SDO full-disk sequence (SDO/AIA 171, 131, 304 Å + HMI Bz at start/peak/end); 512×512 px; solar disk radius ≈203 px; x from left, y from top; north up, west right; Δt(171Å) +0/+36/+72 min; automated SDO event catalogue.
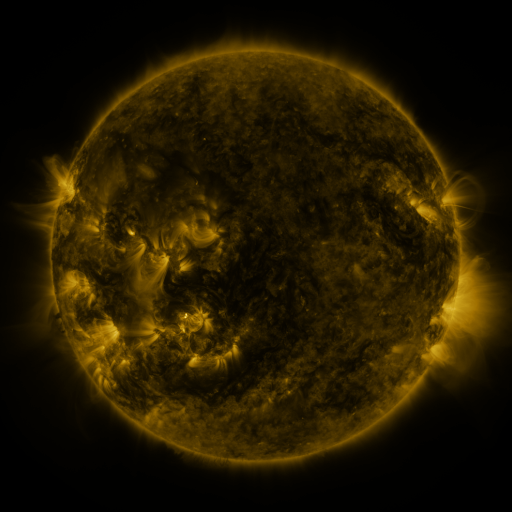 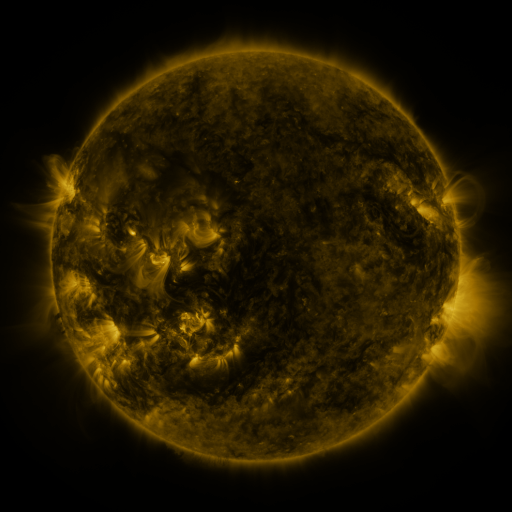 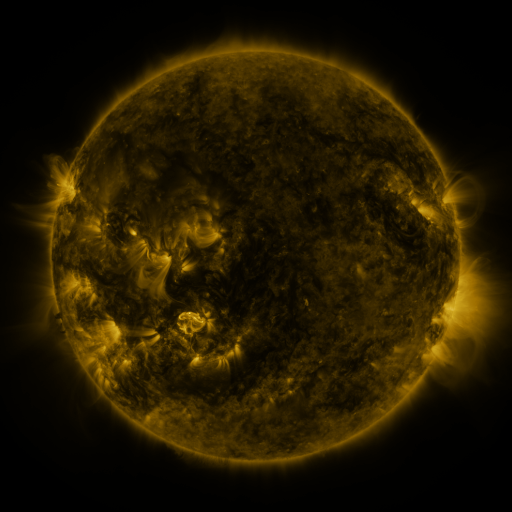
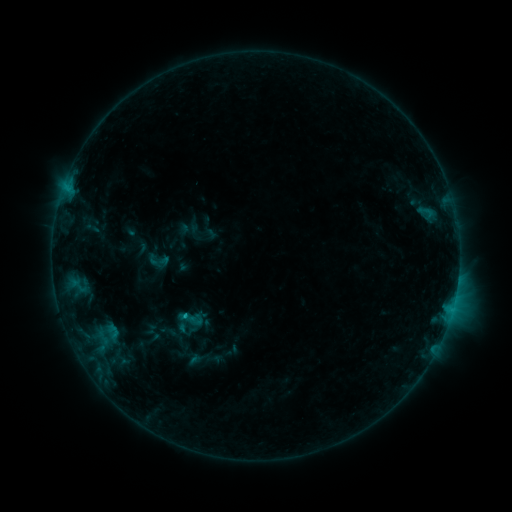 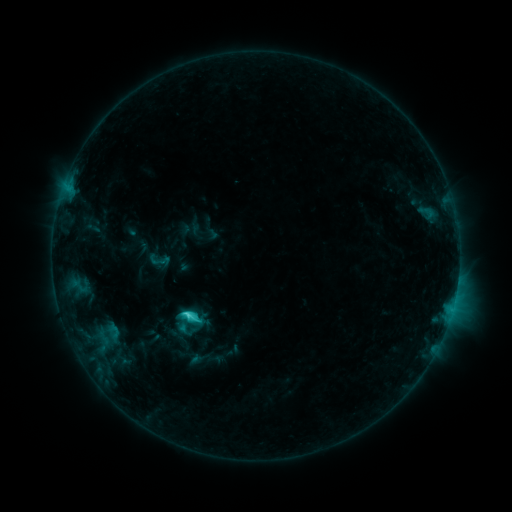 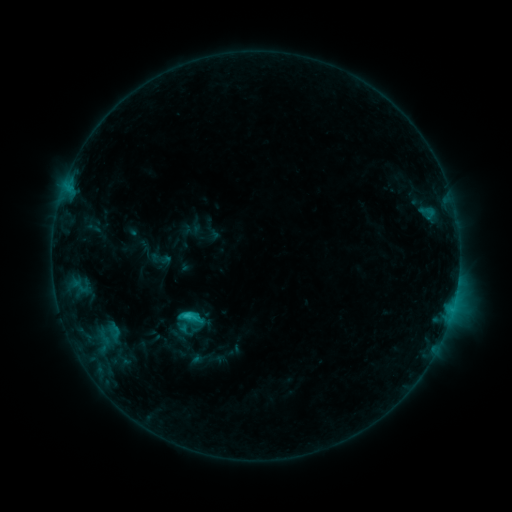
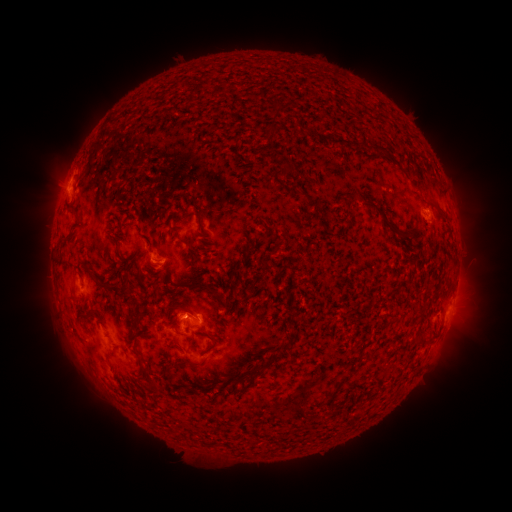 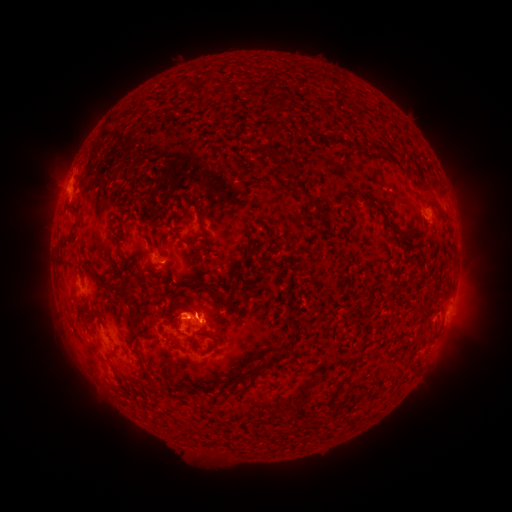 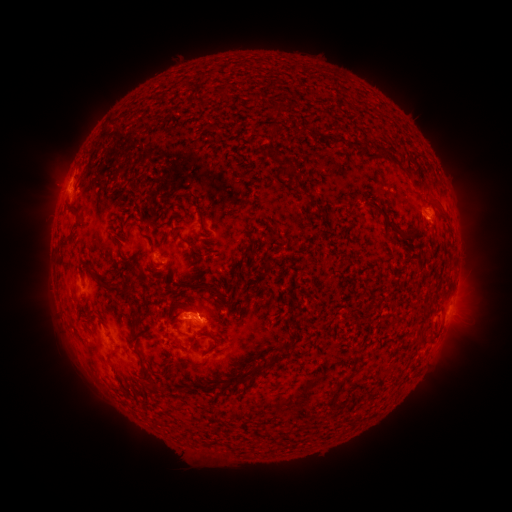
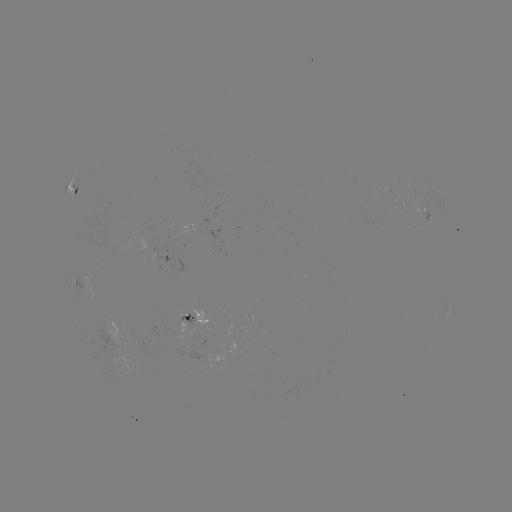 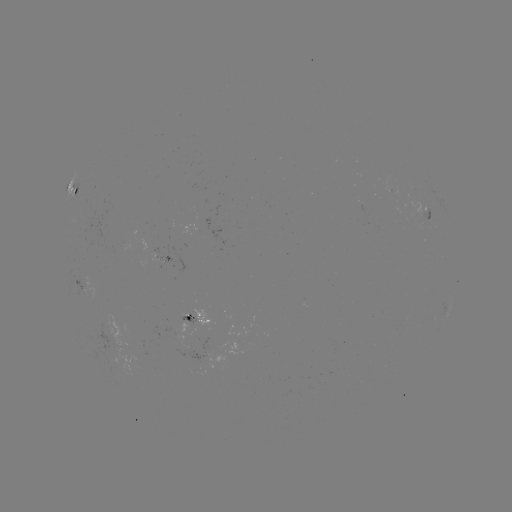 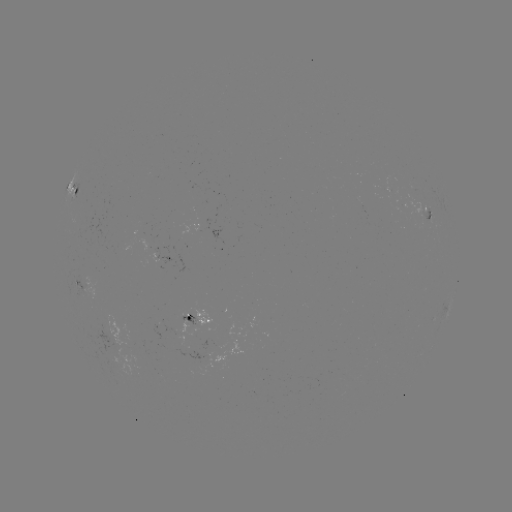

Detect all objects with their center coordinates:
C3.0 flare: (191, 315)
